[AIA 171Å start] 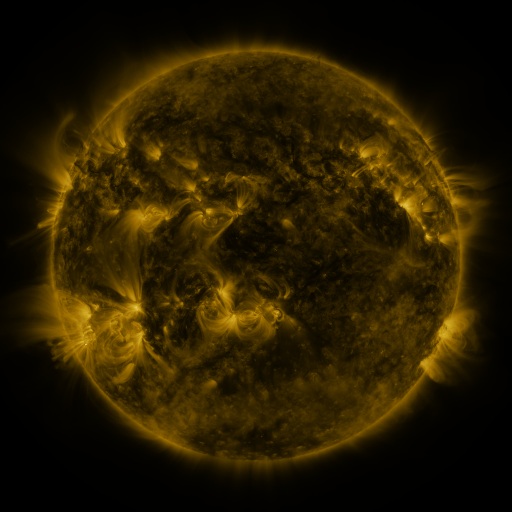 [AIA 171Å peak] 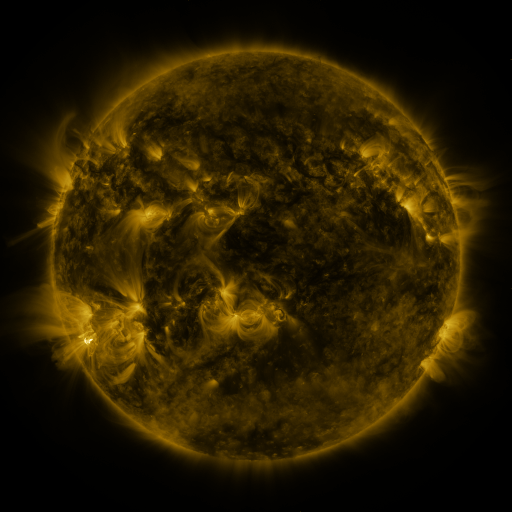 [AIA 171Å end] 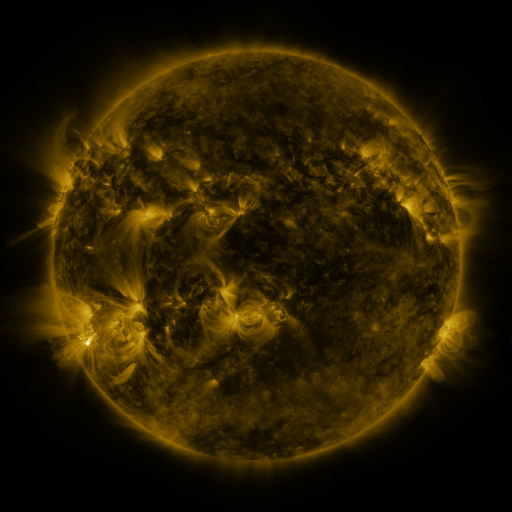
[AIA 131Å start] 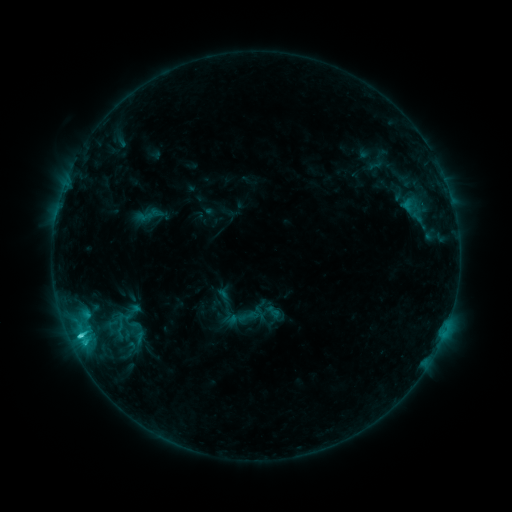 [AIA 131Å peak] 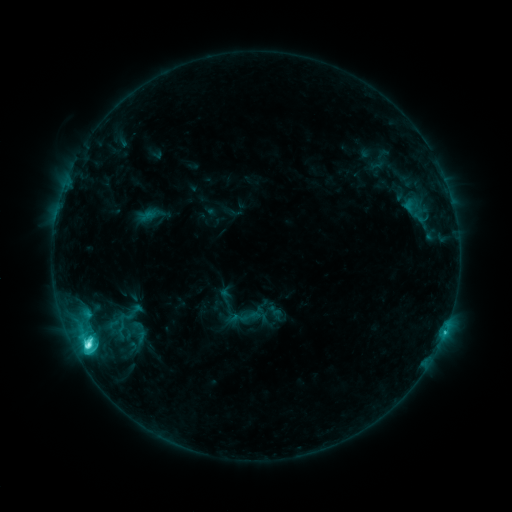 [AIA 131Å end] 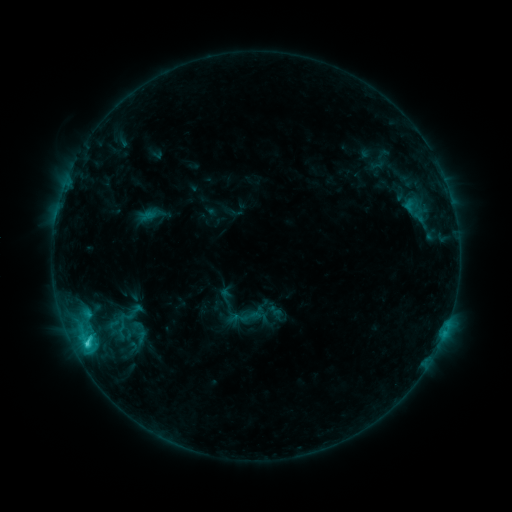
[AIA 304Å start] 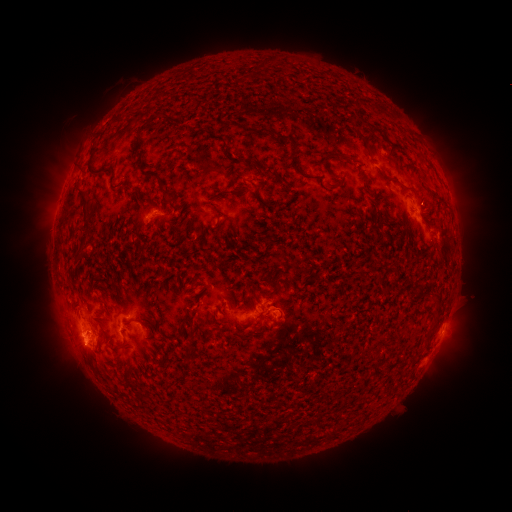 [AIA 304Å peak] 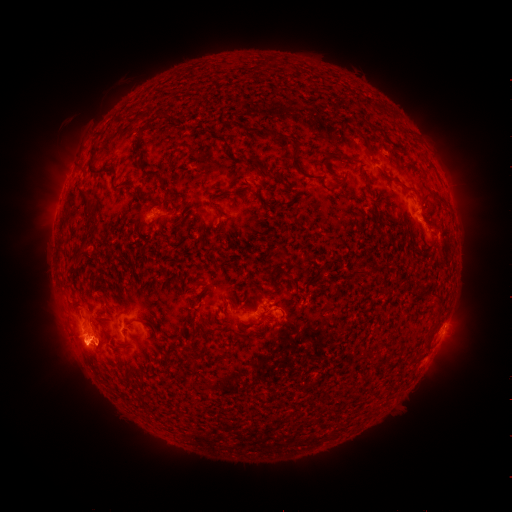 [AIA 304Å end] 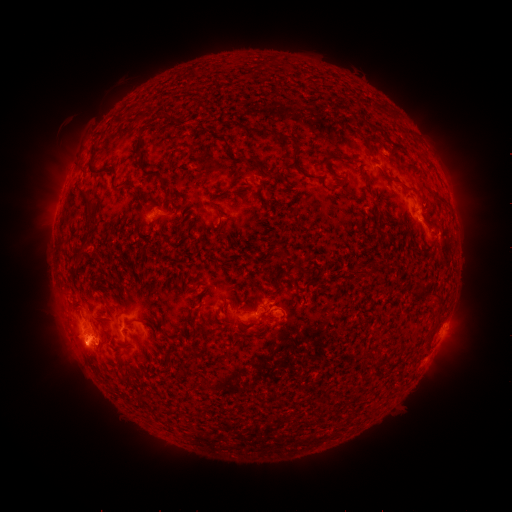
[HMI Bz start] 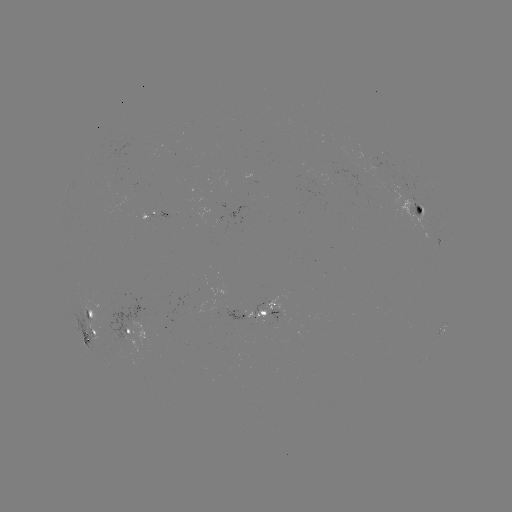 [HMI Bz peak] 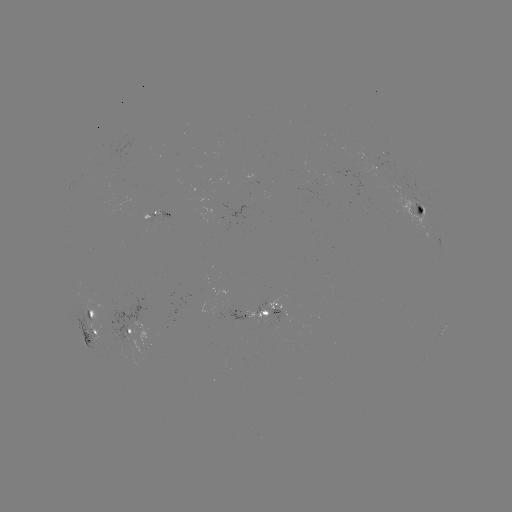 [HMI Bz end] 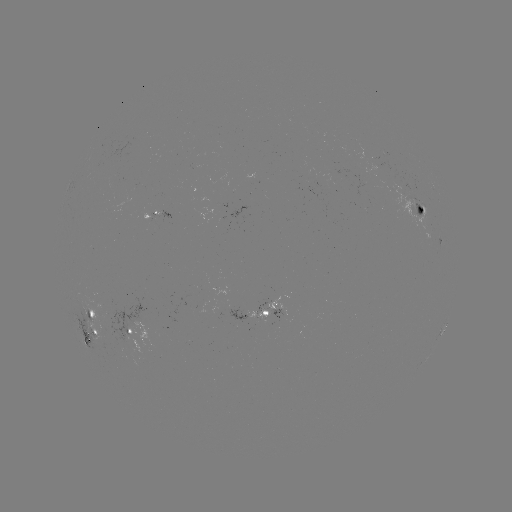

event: emerging-flux region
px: (415, 201)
